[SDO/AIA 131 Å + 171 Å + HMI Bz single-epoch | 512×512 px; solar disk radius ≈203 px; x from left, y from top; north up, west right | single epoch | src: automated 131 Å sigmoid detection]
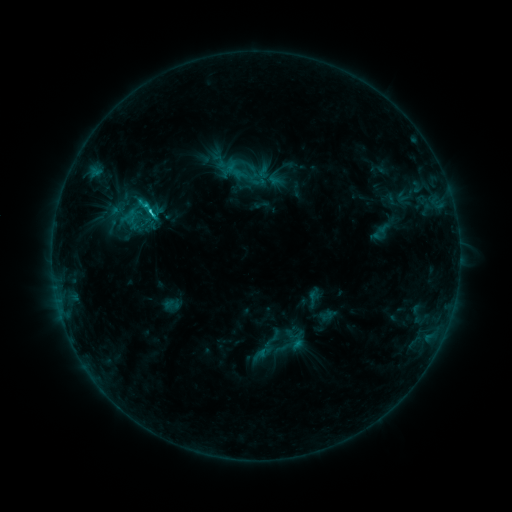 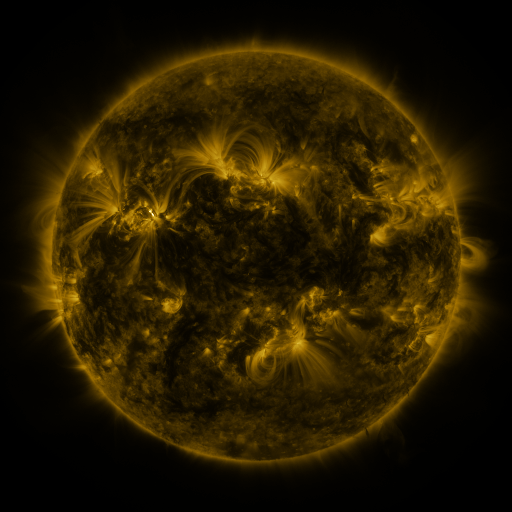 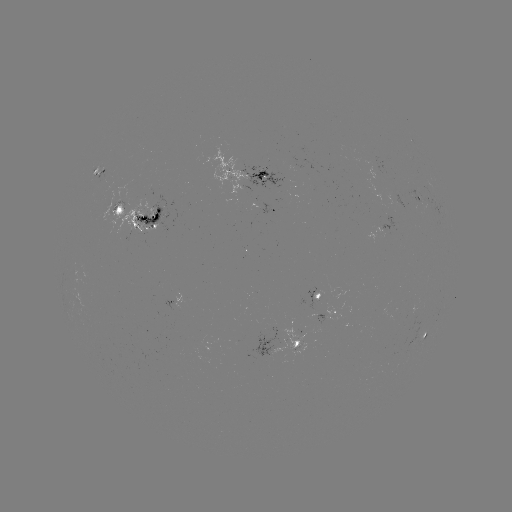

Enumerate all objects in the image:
sigmoid: <bbox>140, 200, 157, 217</bbox>
